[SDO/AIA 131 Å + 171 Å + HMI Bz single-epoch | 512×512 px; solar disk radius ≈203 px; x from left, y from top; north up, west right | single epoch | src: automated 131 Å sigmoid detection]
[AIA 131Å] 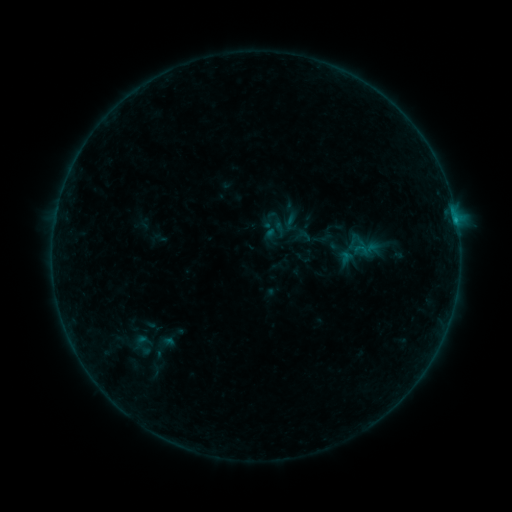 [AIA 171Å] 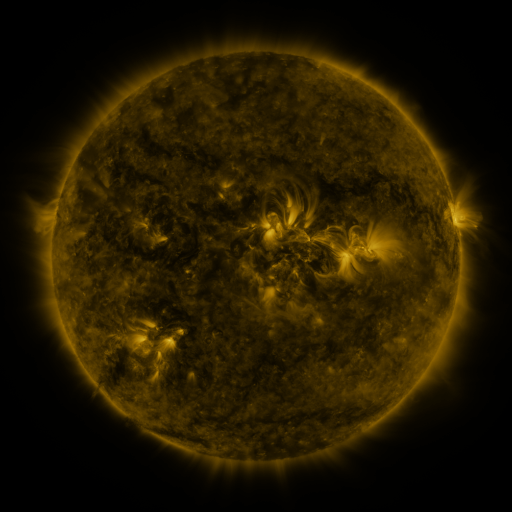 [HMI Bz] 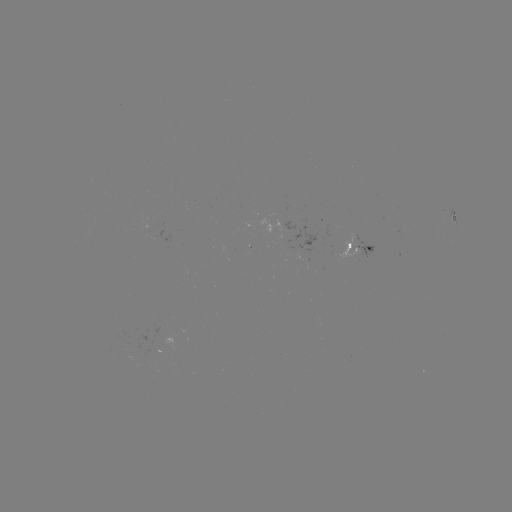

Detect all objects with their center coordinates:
sigmoid: [278, 211, 303, 234]
sigmoid: [293, 227, 313, 245]
